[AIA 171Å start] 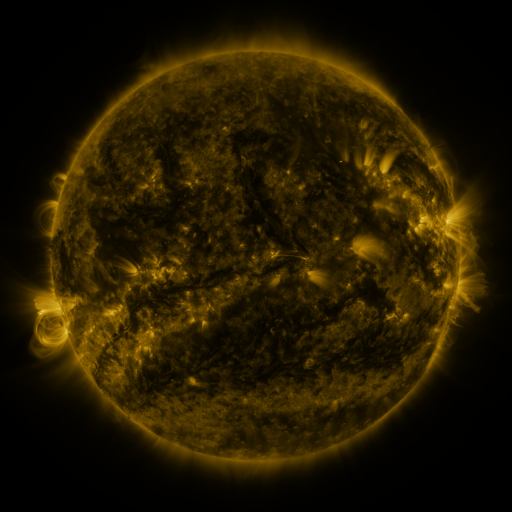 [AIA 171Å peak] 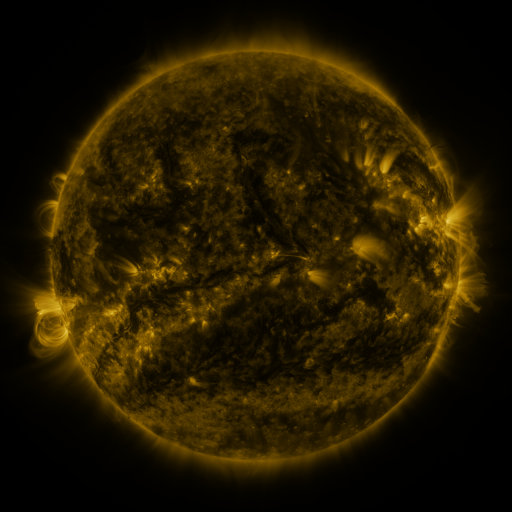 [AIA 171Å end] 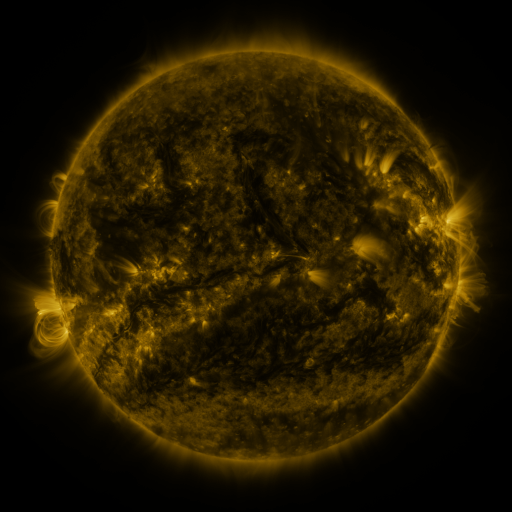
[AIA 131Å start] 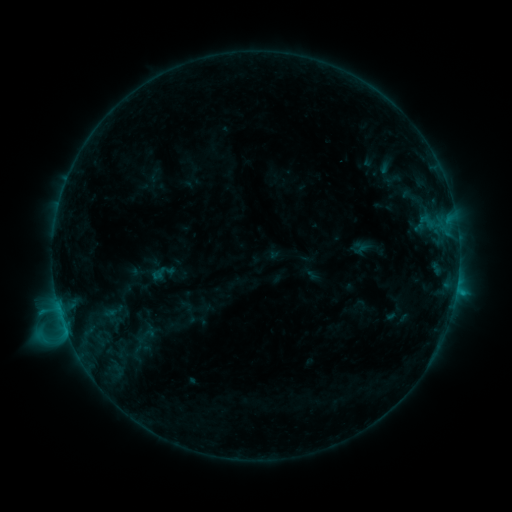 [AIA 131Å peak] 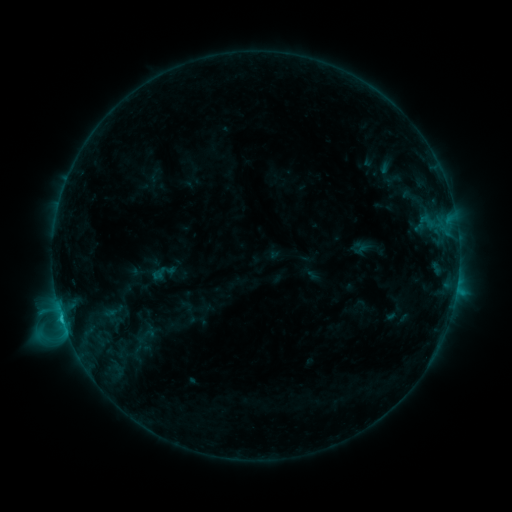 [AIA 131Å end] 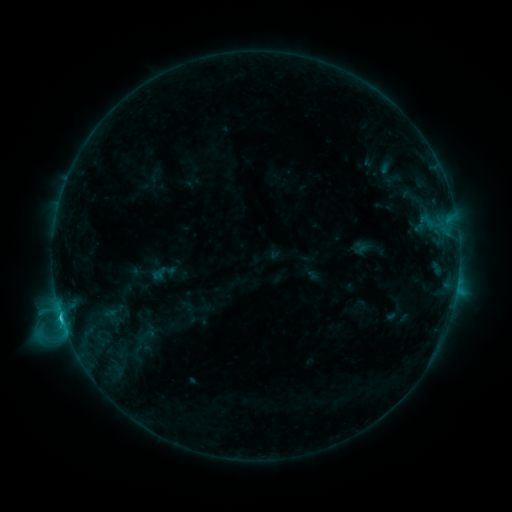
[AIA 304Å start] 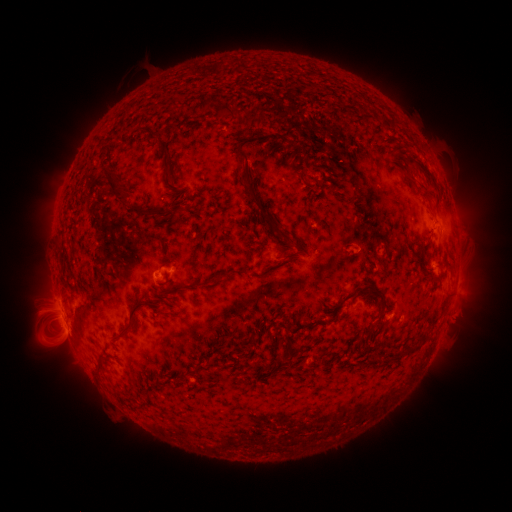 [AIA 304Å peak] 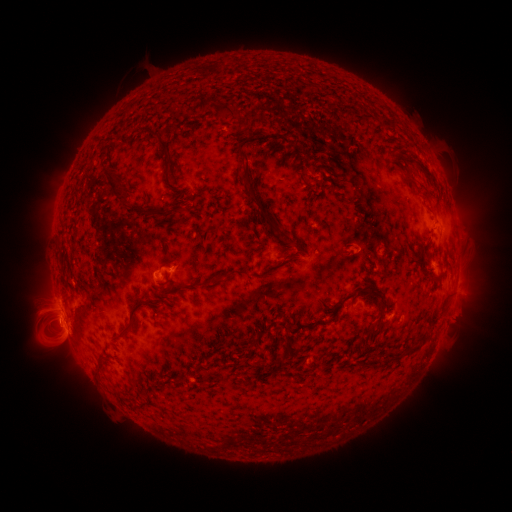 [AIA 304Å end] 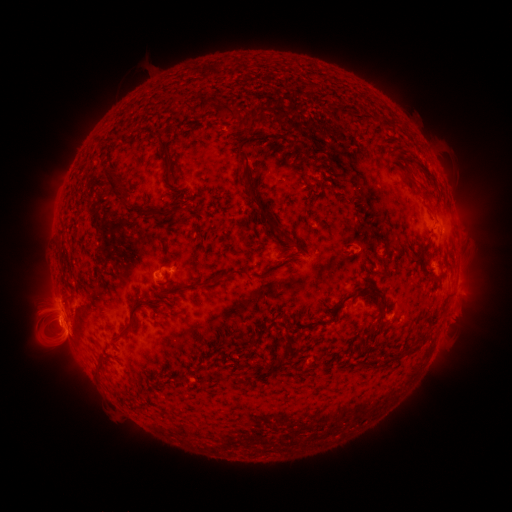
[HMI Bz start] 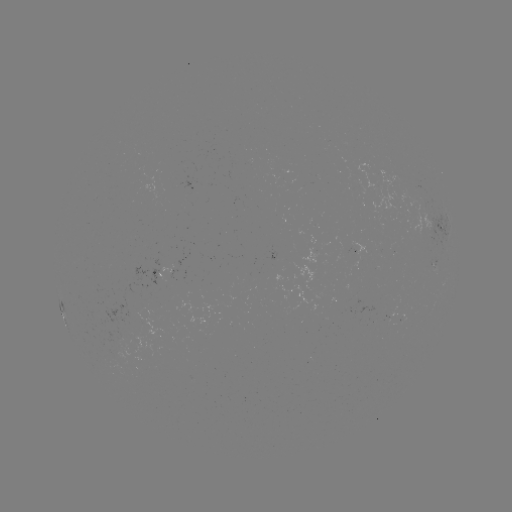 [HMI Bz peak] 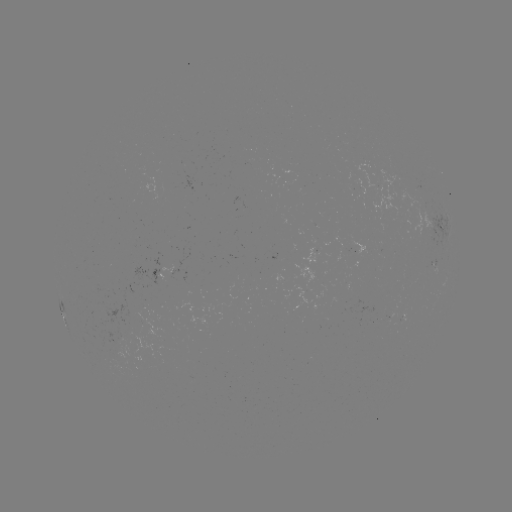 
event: flare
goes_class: C2.5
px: (62, 317)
